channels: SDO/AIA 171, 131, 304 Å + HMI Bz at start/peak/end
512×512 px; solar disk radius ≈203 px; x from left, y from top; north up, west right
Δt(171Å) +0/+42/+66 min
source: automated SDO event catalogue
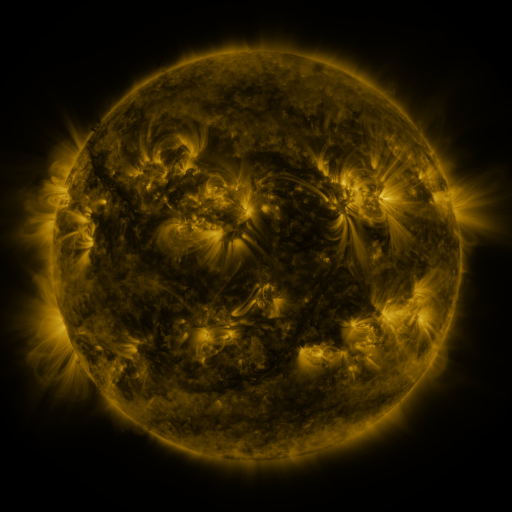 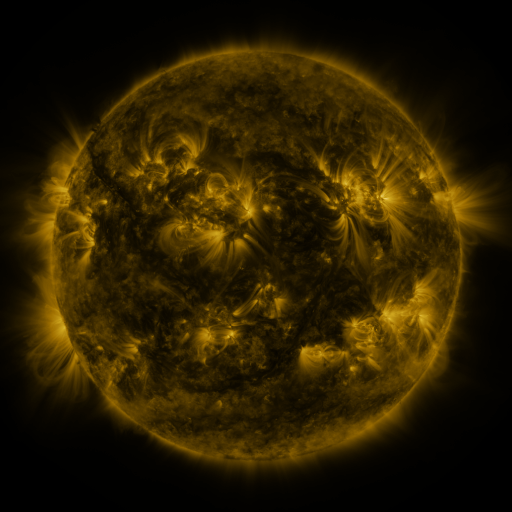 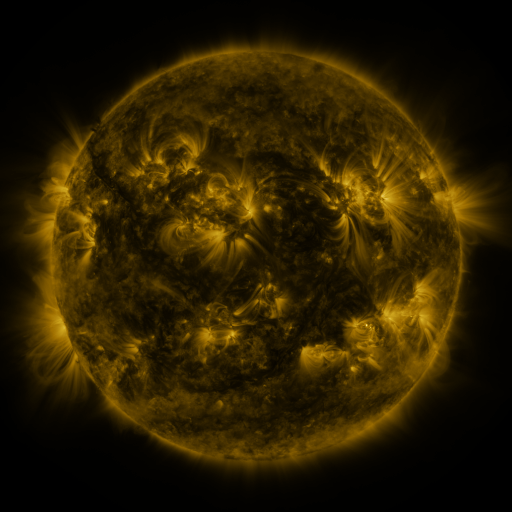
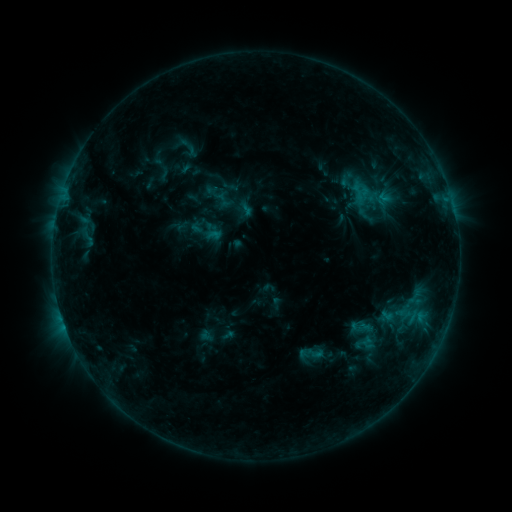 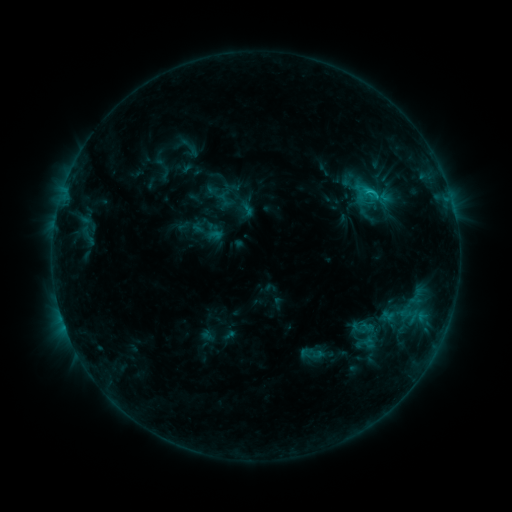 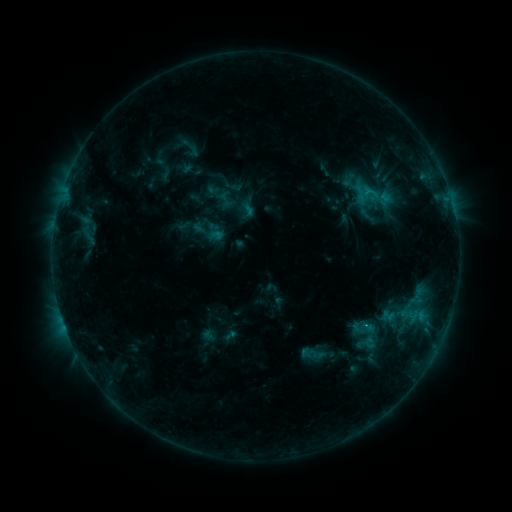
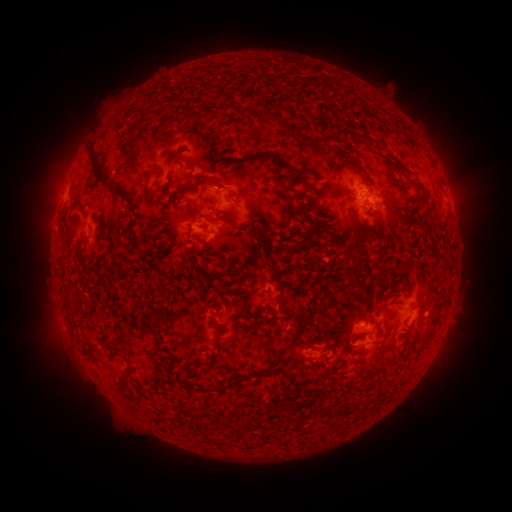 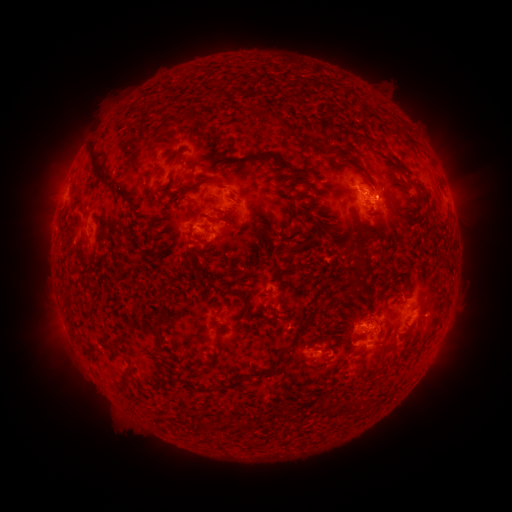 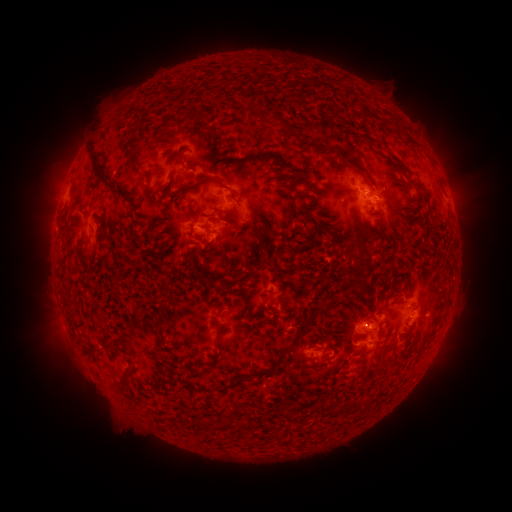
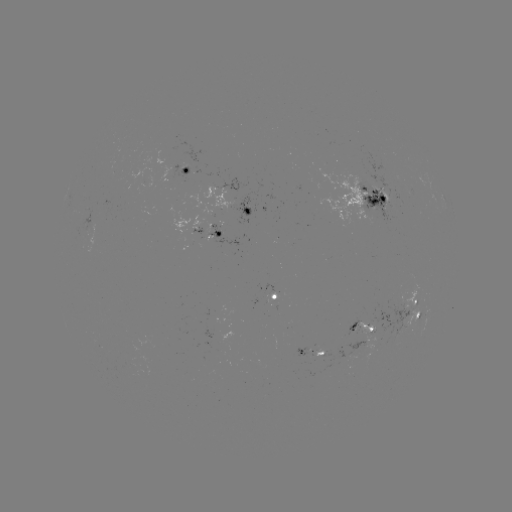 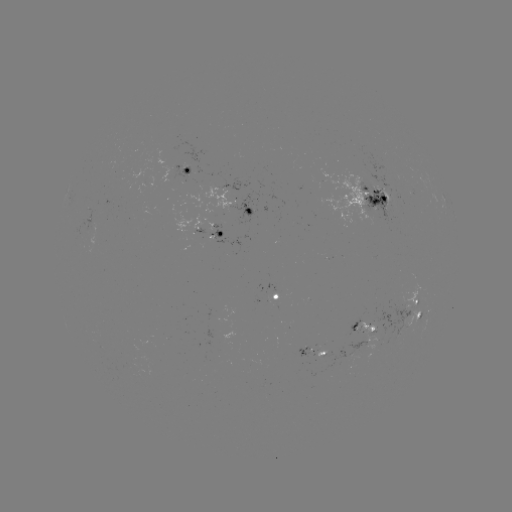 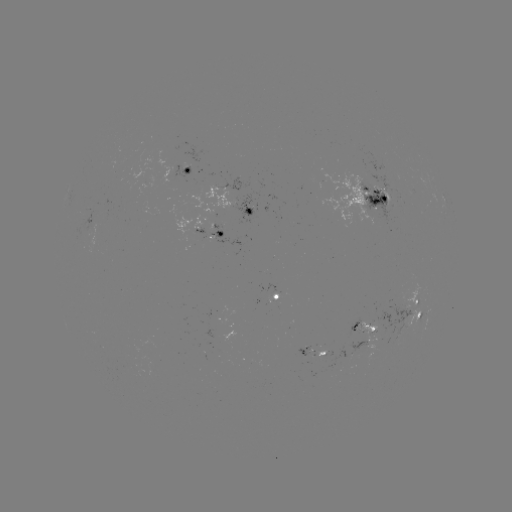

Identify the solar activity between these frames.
C1.3 flare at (367, 192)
